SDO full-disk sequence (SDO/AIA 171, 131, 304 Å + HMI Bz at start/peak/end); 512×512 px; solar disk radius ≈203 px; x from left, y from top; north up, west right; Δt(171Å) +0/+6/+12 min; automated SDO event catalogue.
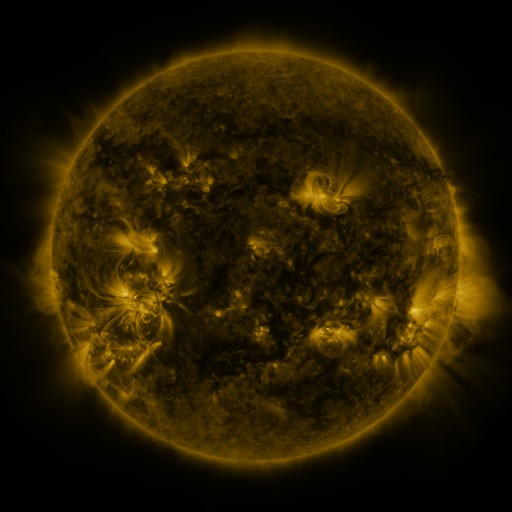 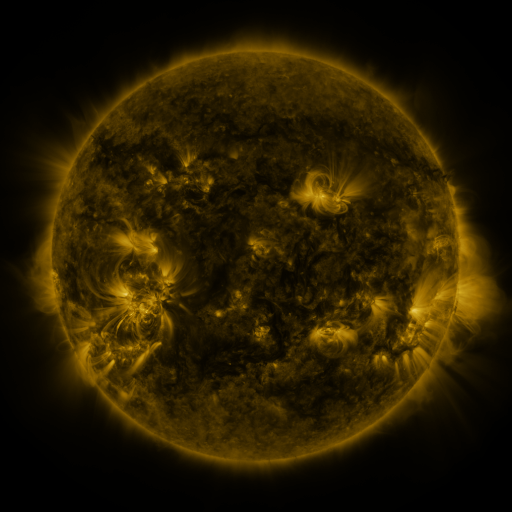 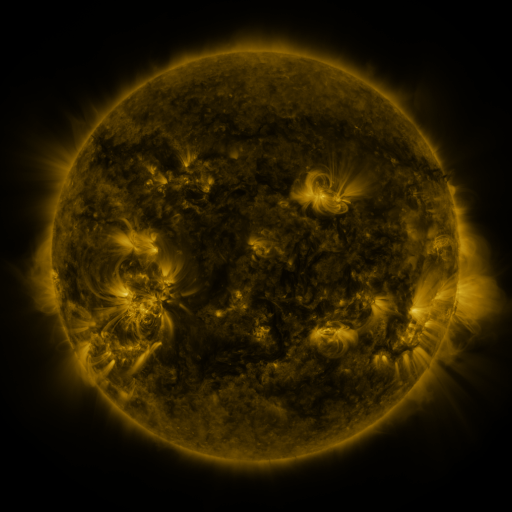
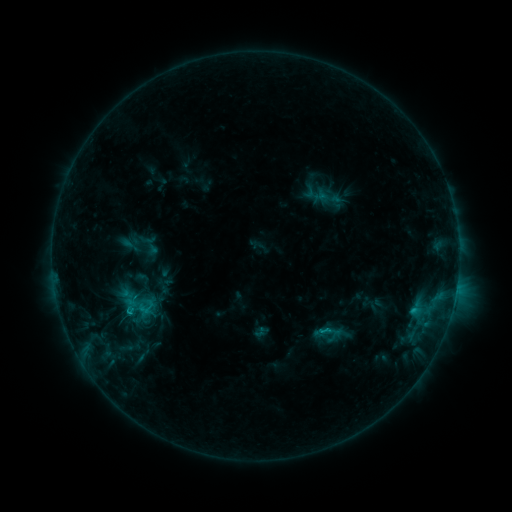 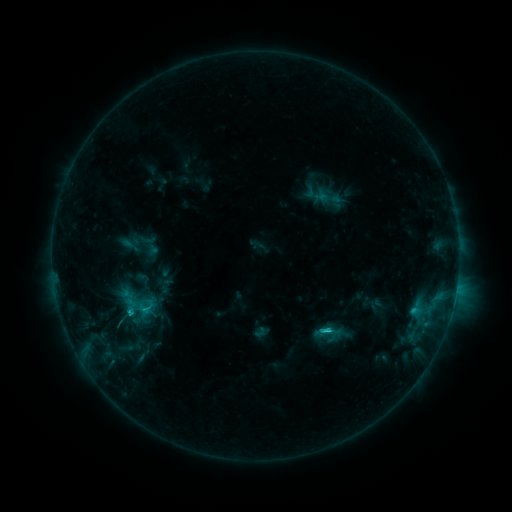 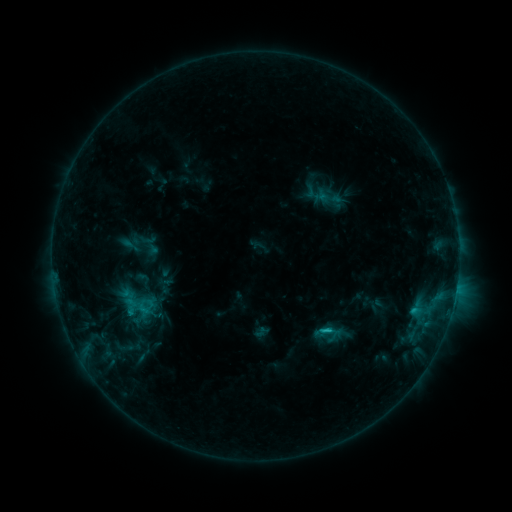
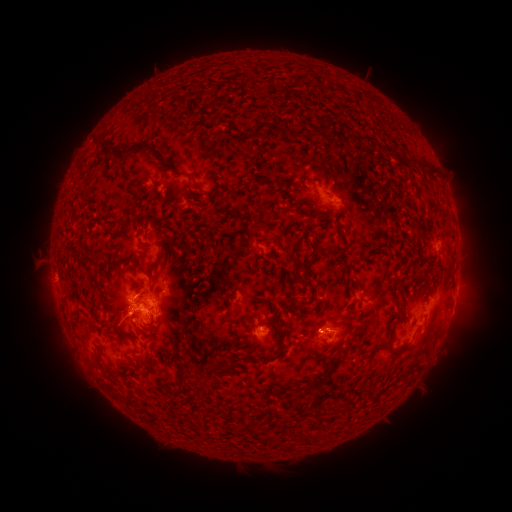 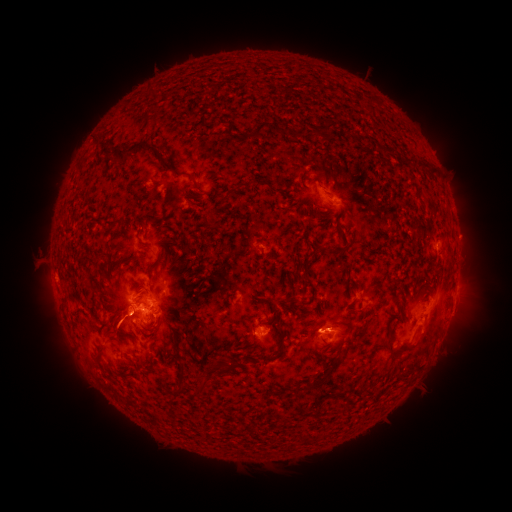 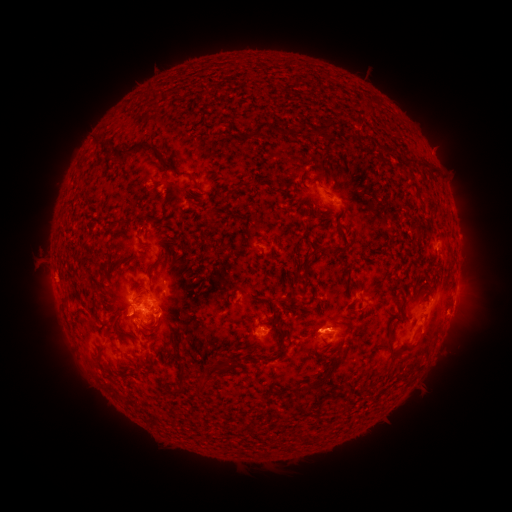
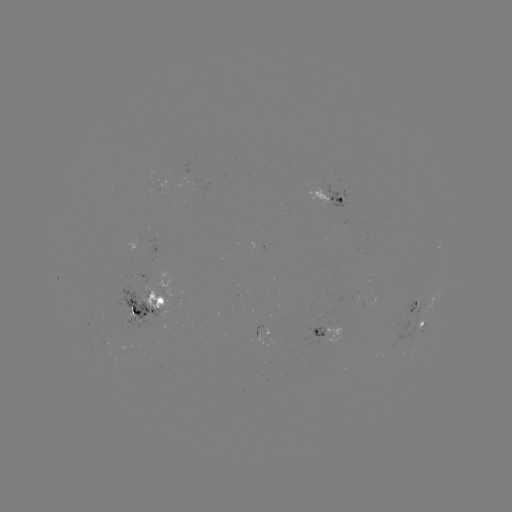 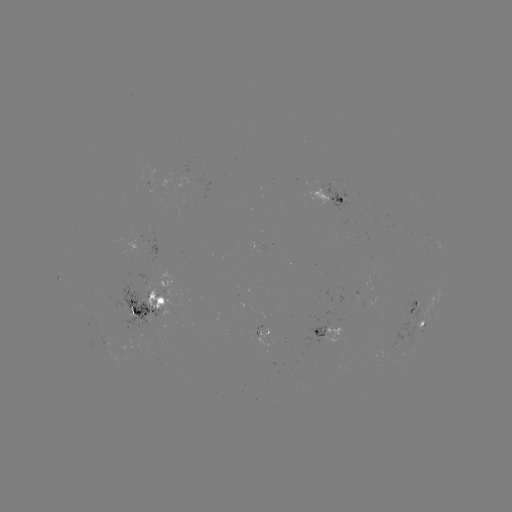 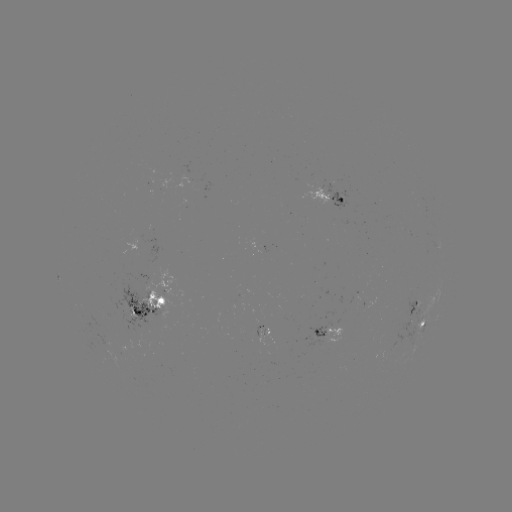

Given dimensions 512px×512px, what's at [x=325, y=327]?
C1.9 flare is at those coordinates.